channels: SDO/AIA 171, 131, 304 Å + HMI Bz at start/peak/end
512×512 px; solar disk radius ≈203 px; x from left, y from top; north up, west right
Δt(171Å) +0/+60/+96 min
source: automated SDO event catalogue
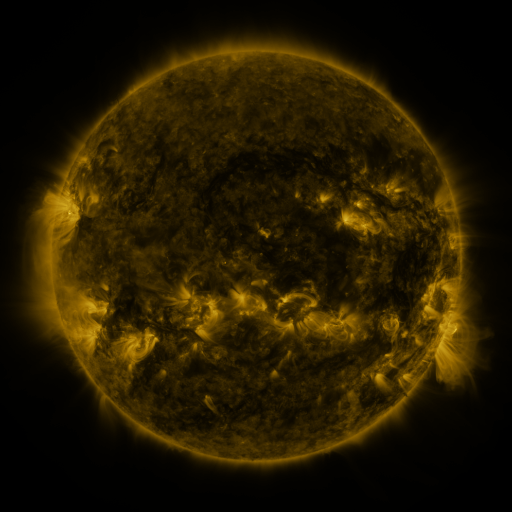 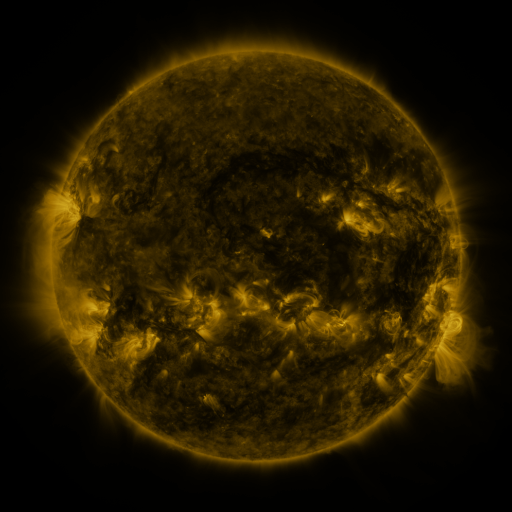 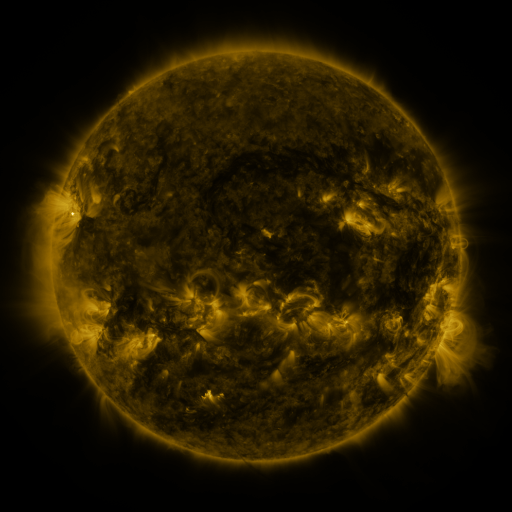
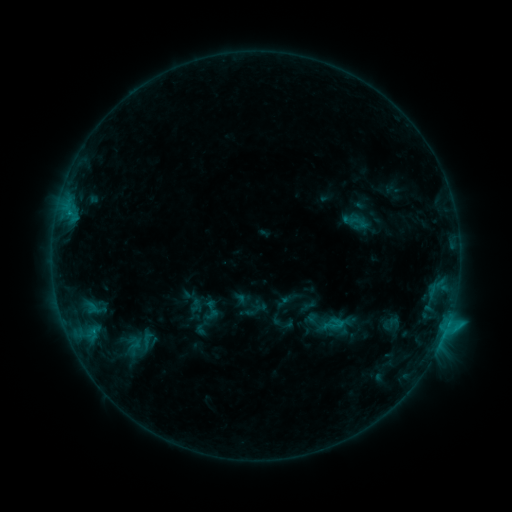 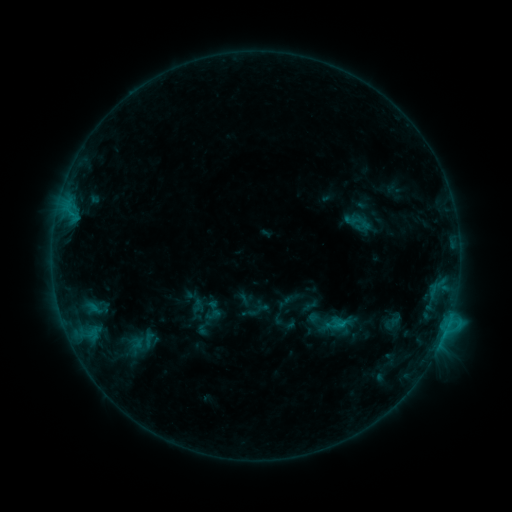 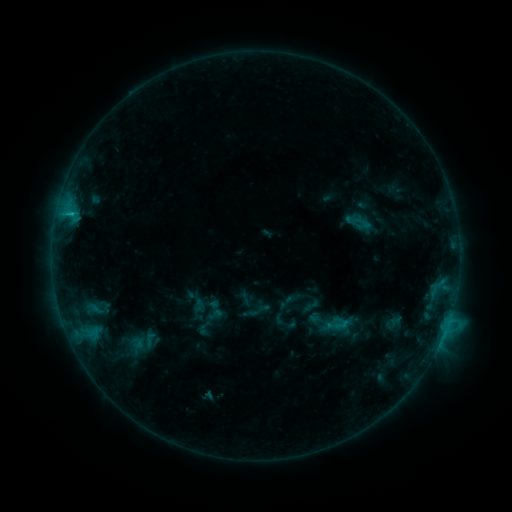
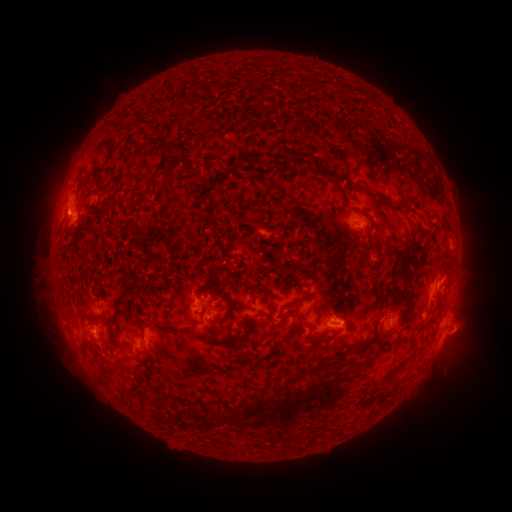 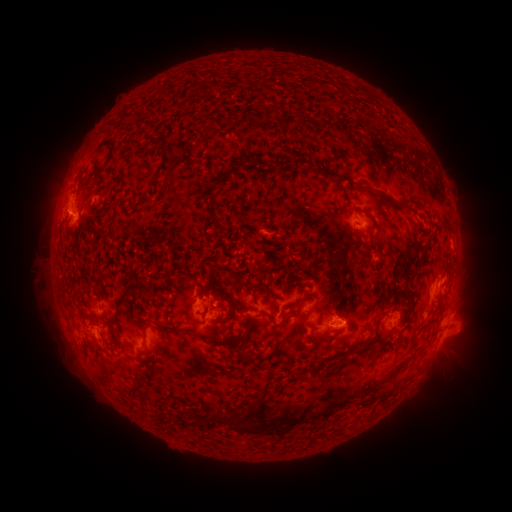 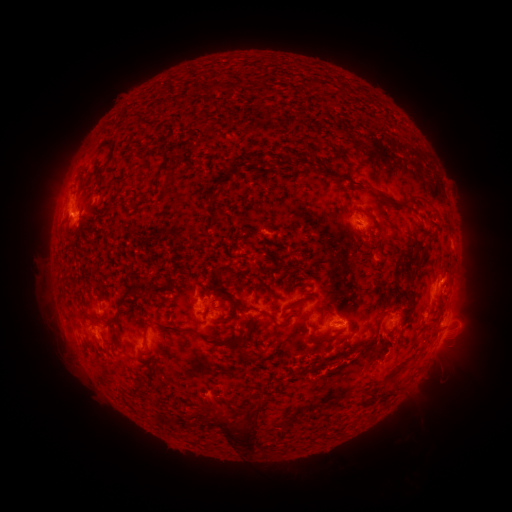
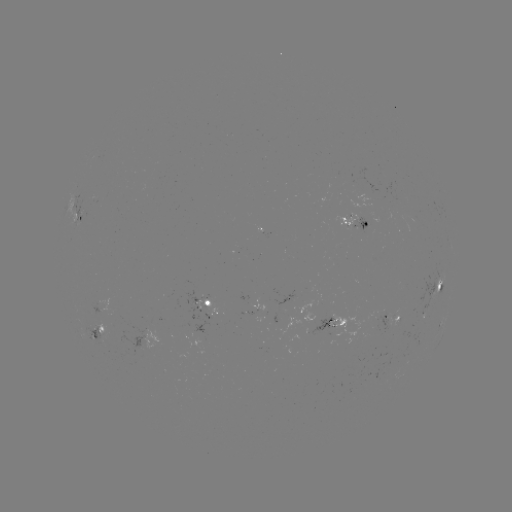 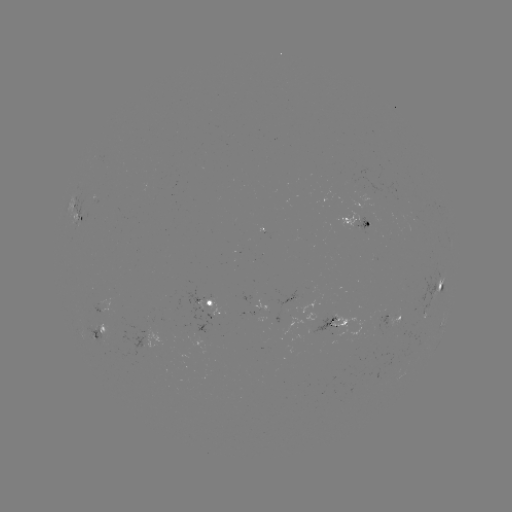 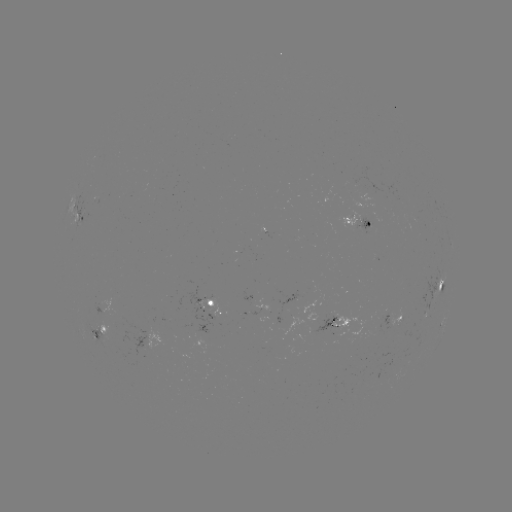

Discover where emerging-flux region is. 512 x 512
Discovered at [359, 189].